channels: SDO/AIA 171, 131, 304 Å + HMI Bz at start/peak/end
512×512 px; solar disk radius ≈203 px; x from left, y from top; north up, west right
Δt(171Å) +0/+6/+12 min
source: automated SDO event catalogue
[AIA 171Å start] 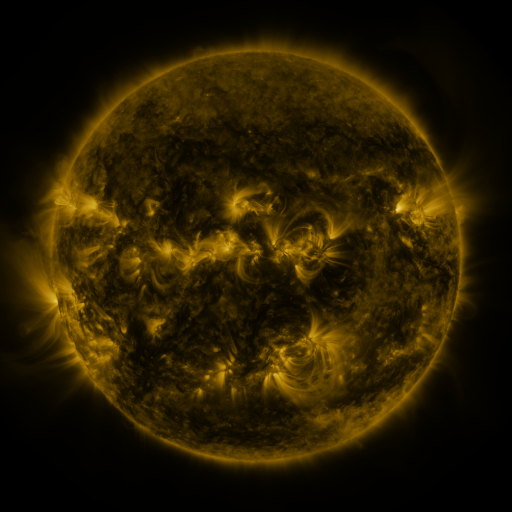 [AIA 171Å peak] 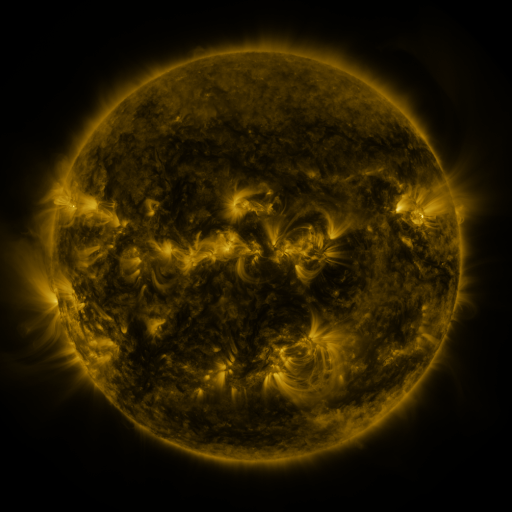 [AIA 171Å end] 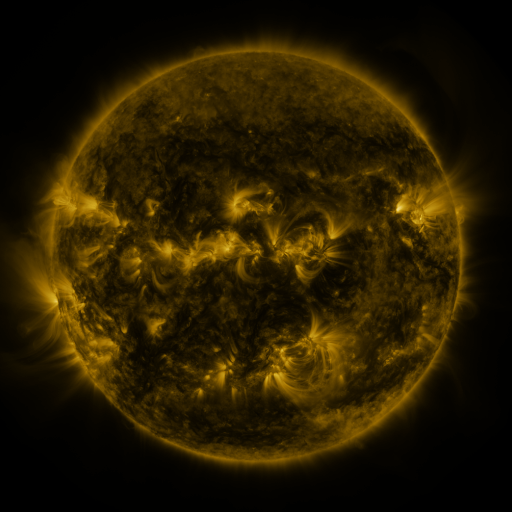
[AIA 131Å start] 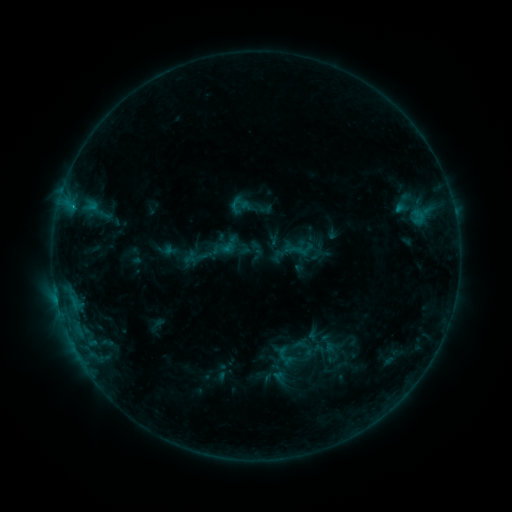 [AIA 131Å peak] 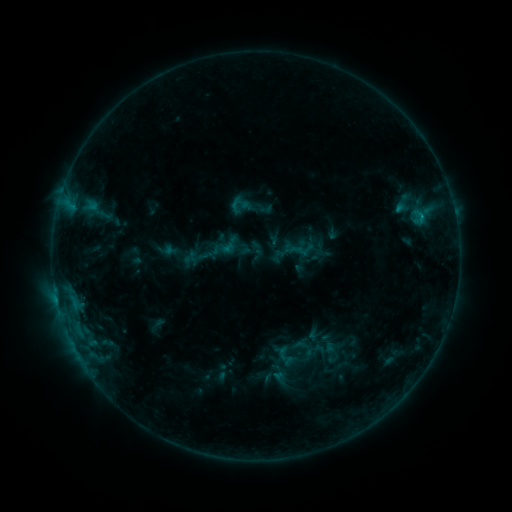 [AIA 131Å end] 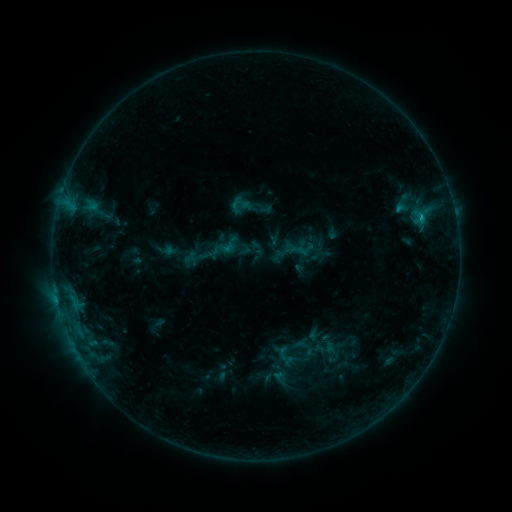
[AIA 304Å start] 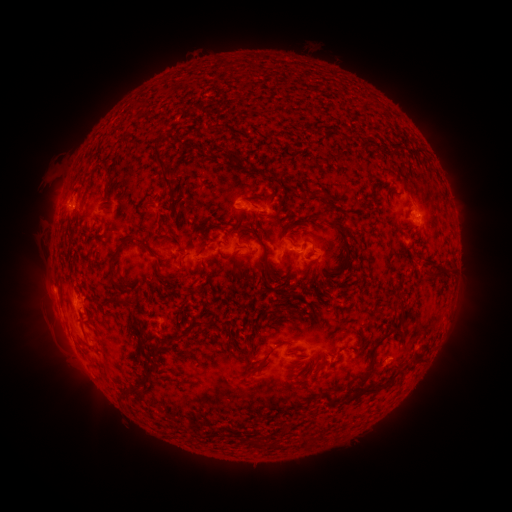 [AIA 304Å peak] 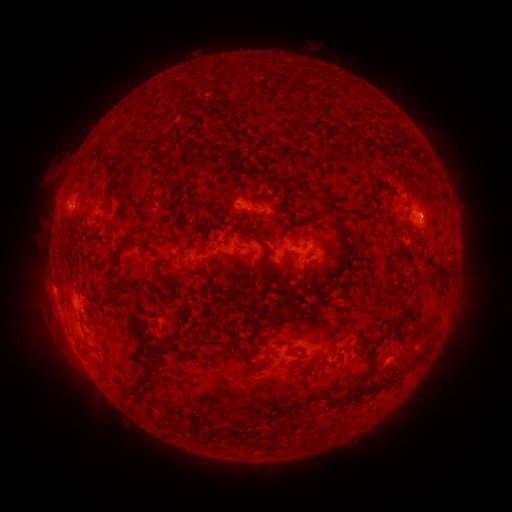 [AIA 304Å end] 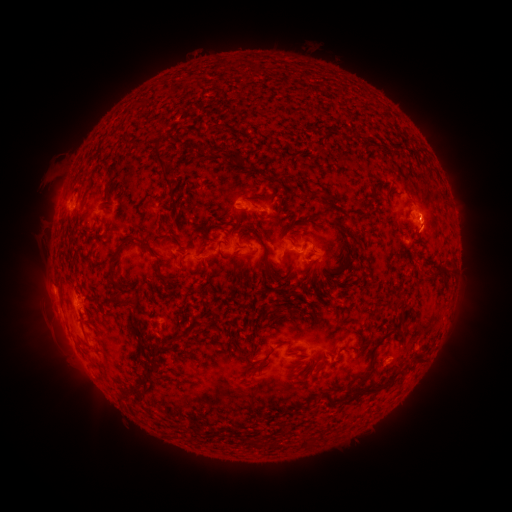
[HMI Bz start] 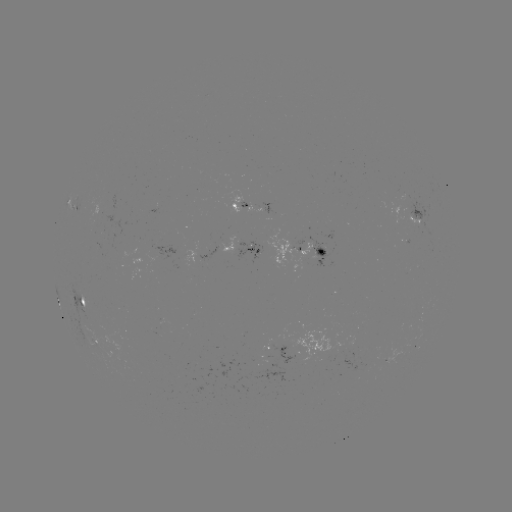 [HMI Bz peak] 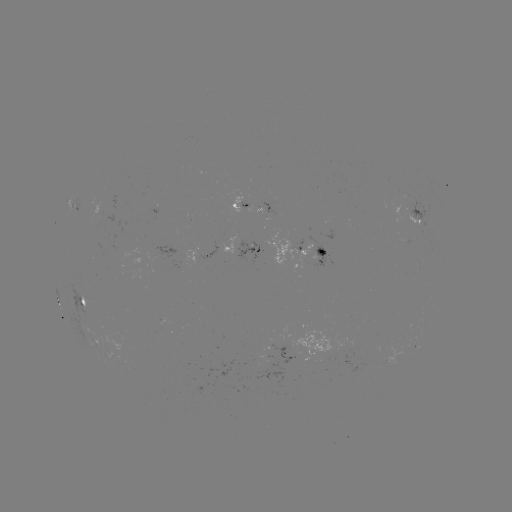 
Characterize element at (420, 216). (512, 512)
B9.3 flare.